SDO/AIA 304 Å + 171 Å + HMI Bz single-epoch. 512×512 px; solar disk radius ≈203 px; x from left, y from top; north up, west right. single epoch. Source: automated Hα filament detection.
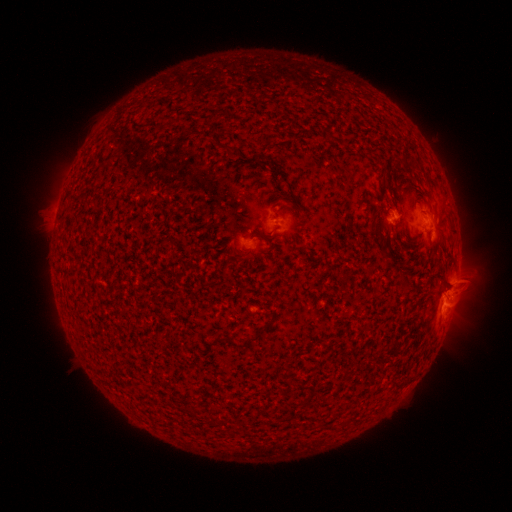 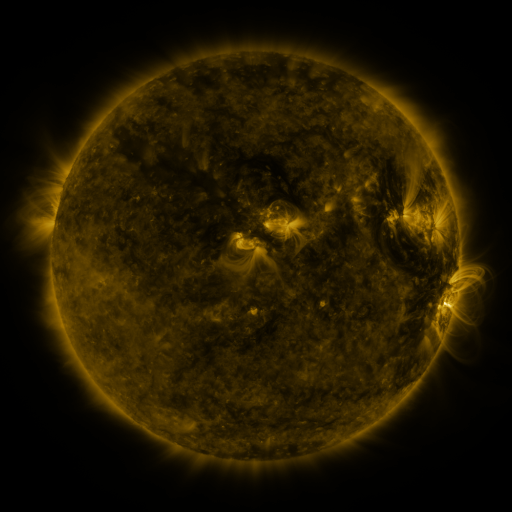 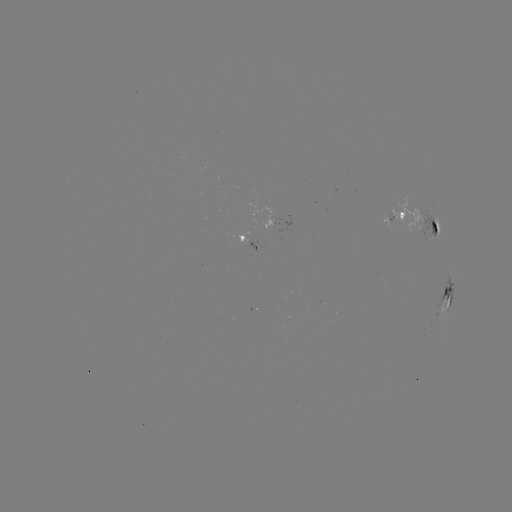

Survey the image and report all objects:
filament: <bbox>429, 223, 440, 249</bbox>
filament: <bbox>245, 321, 270, 343</bbox>
filament: <bbox>227, 337, 239, 349</bbox>
